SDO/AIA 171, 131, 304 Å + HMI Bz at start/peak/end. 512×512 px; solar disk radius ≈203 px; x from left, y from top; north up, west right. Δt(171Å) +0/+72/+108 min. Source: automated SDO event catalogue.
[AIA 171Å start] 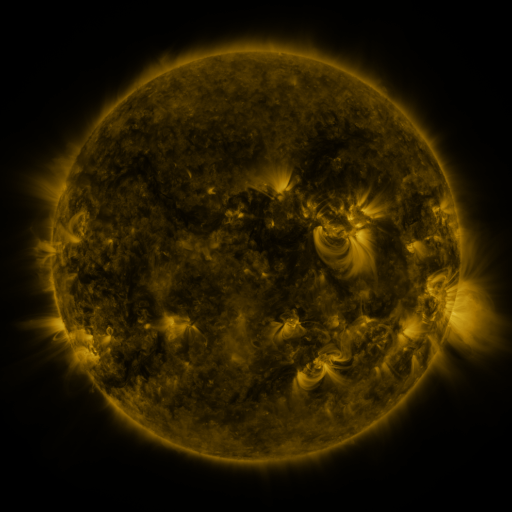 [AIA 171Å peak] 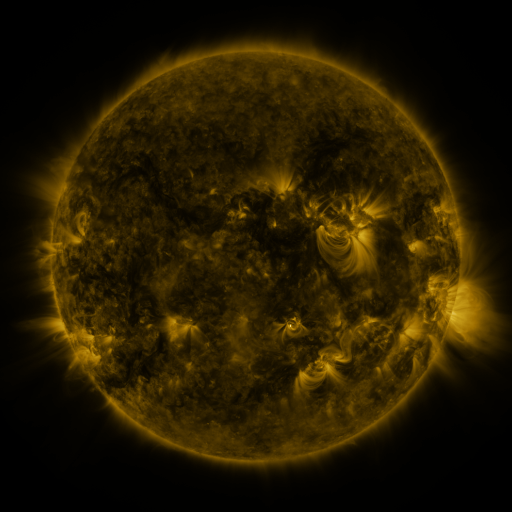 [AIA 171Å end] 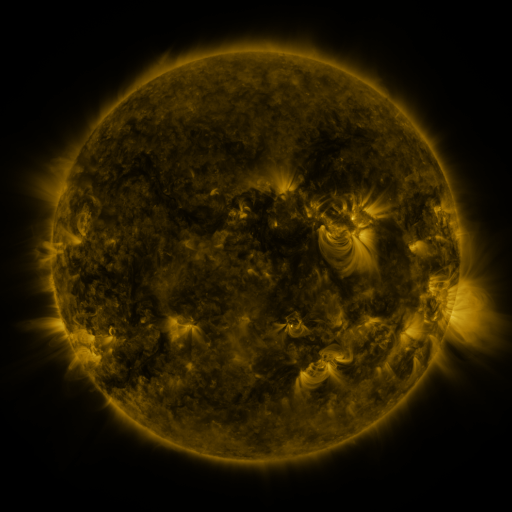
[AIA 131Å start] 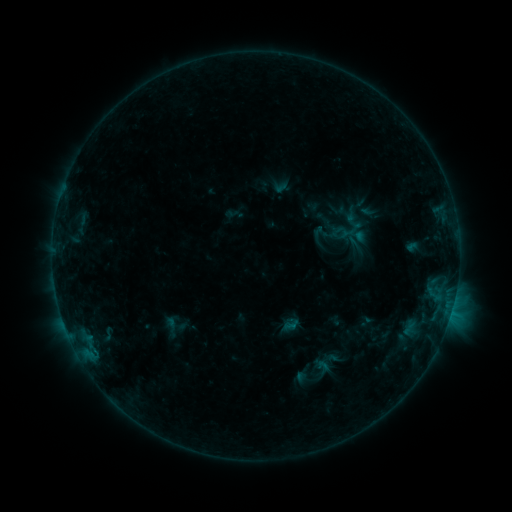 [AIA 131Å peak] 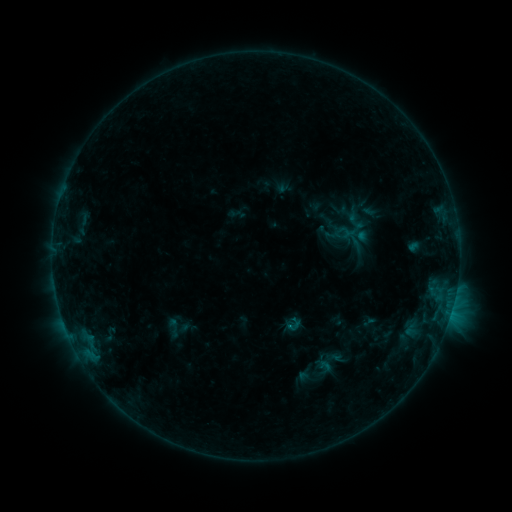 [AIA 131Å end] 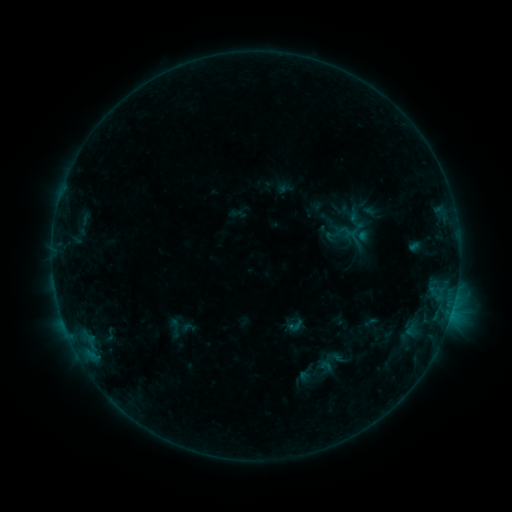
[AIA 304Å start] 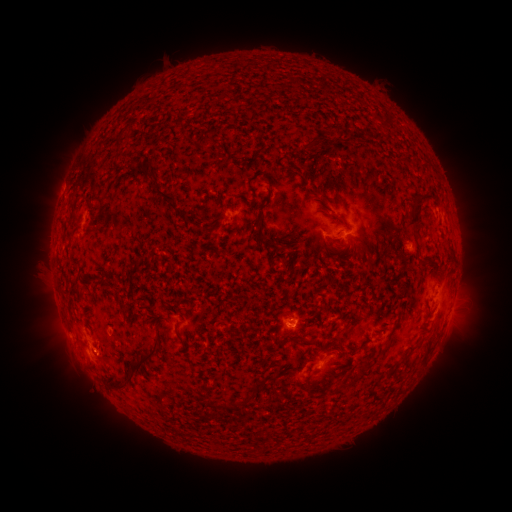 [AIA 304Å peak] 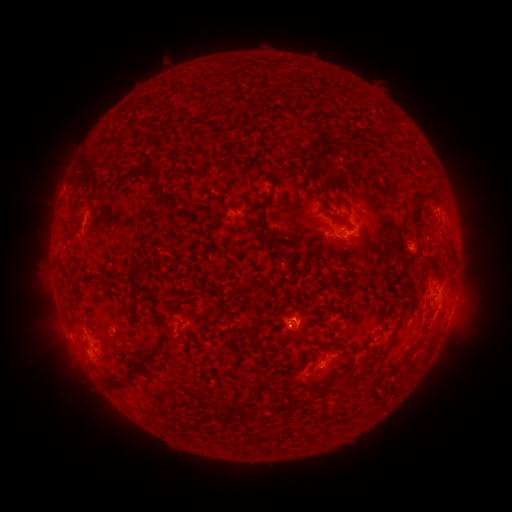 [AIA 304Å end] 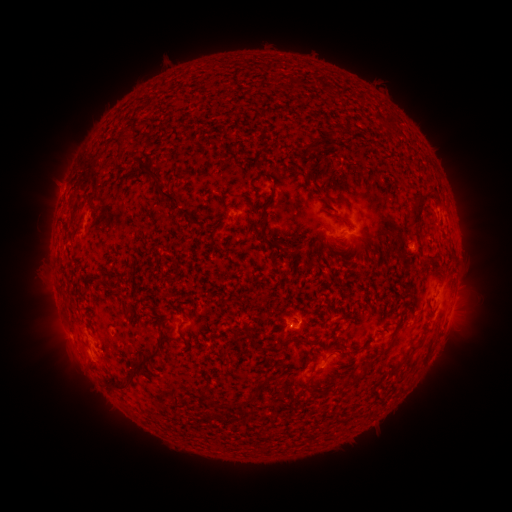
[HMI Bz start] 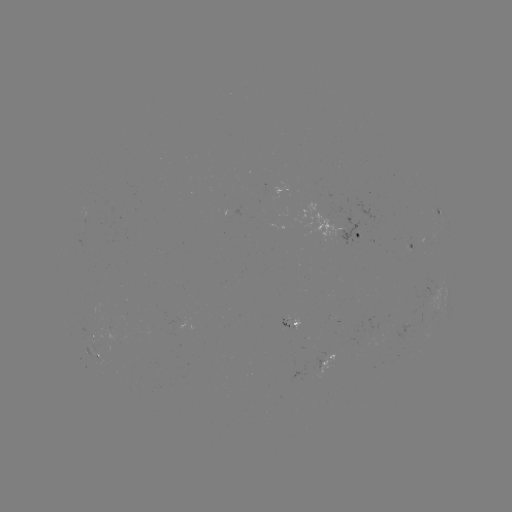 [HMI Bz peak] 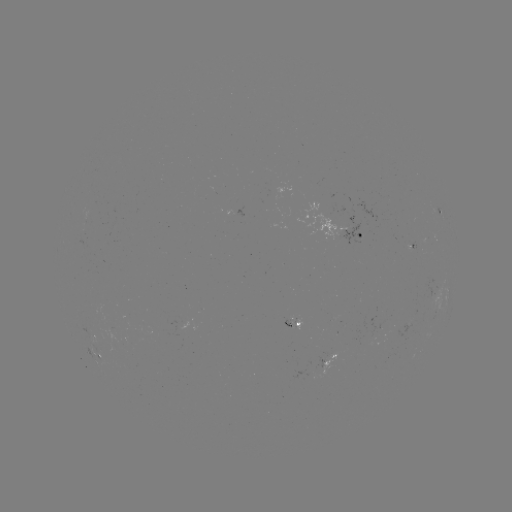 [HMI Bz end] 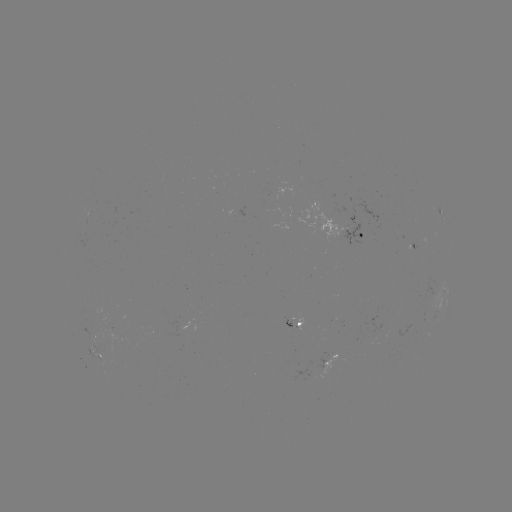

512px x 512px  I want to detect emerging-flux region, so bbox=[369, 317, 379, 344].